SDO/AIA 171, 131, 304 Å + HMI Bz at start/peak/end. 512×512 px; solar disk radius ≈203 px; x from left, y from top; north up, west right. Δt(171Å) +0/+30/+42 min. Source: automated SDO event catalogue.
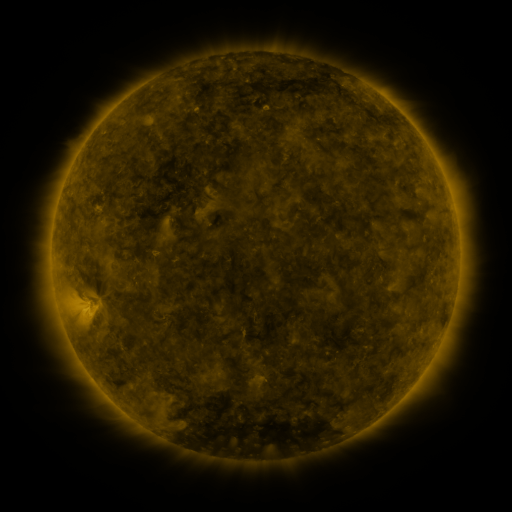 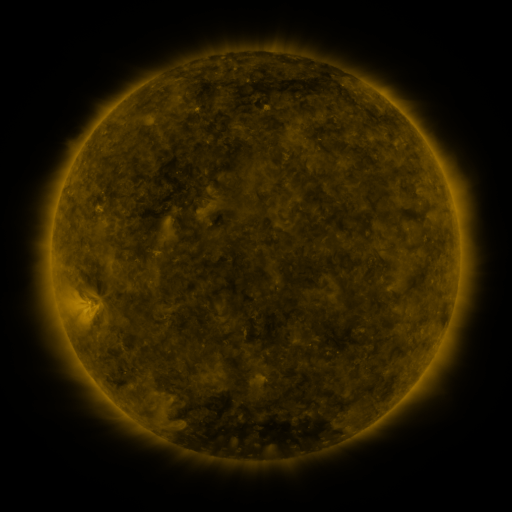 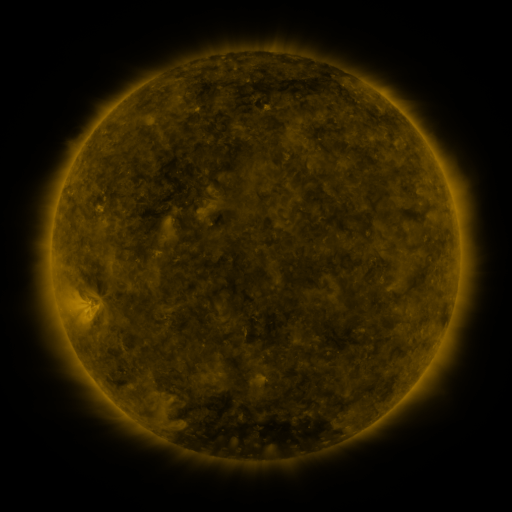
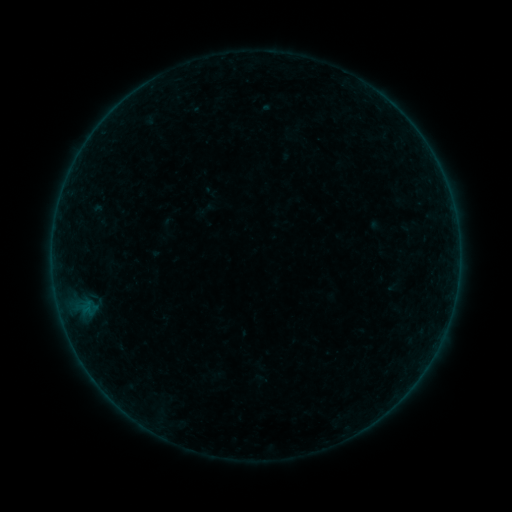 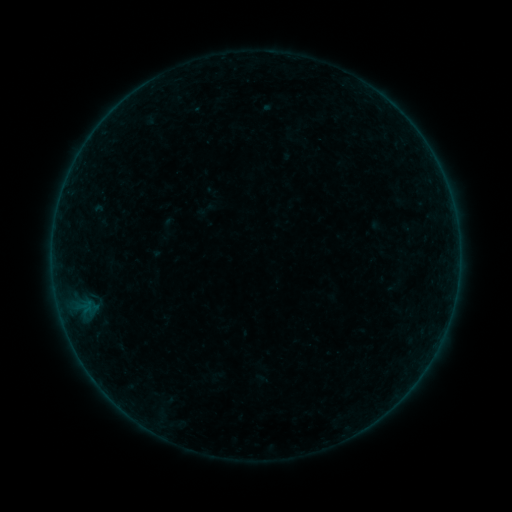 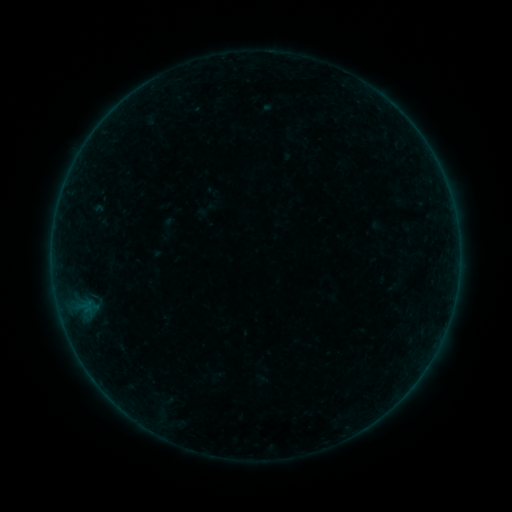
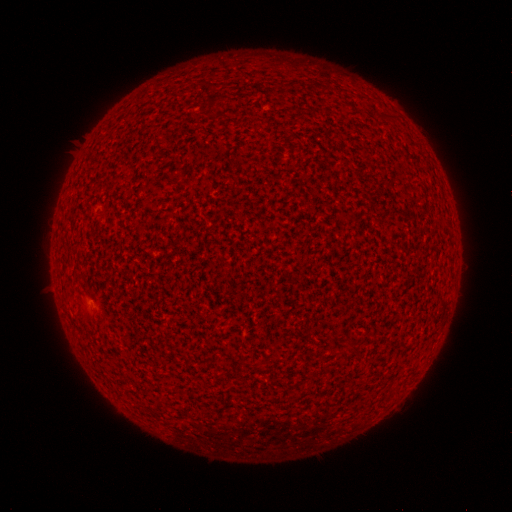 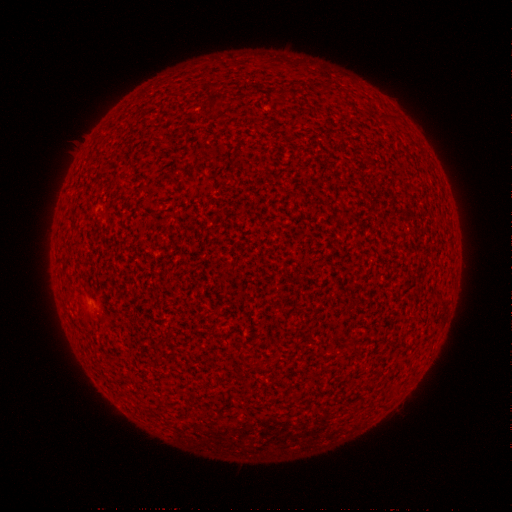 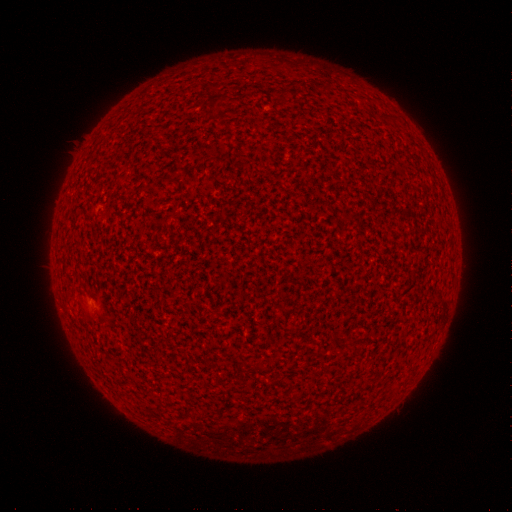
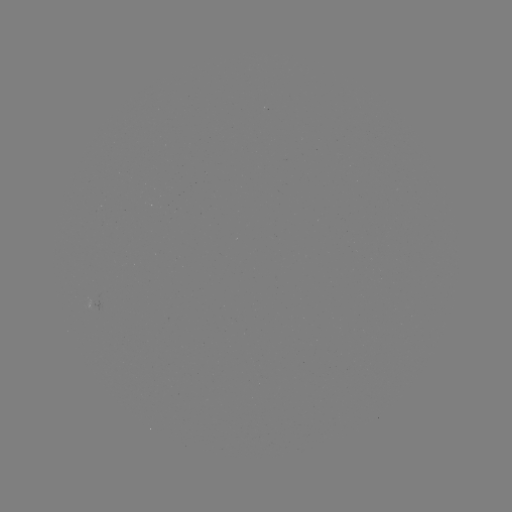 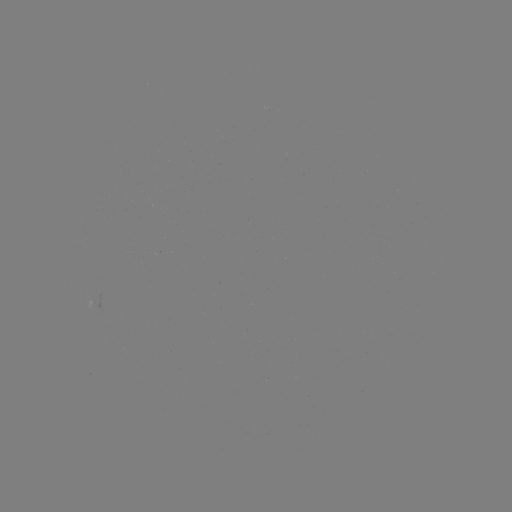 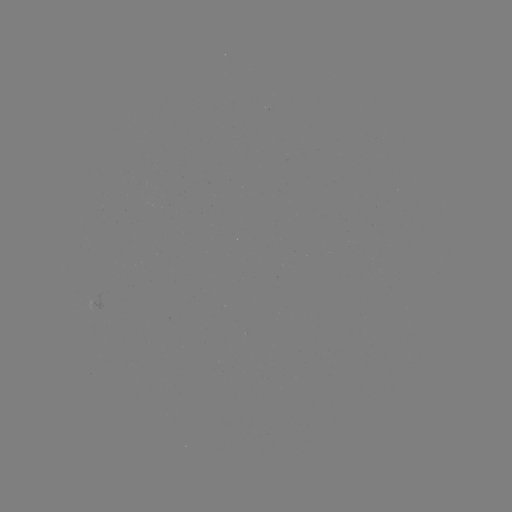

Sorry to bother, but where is A1.1 flare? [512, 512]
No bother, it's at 88,317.